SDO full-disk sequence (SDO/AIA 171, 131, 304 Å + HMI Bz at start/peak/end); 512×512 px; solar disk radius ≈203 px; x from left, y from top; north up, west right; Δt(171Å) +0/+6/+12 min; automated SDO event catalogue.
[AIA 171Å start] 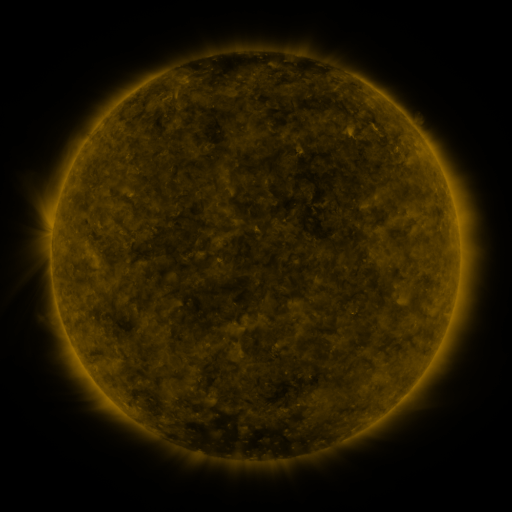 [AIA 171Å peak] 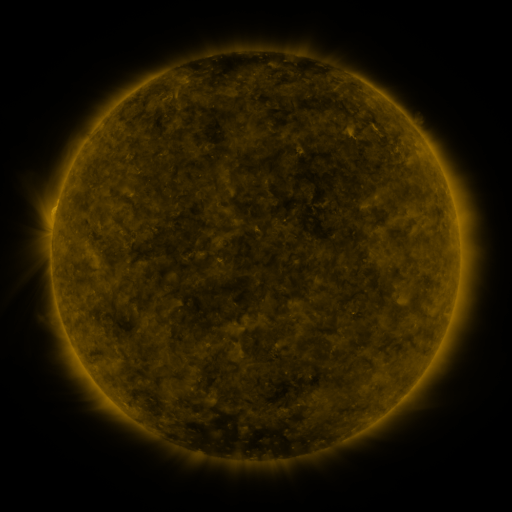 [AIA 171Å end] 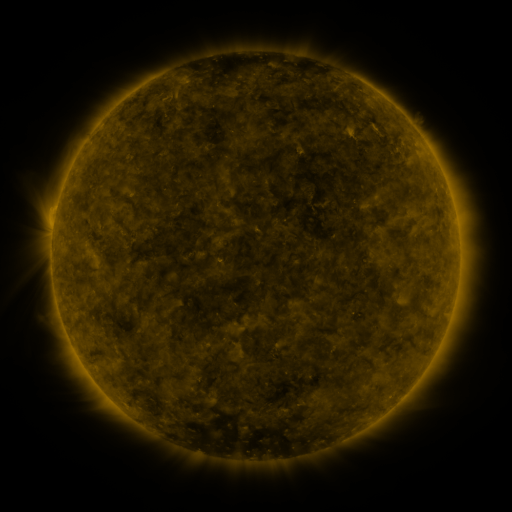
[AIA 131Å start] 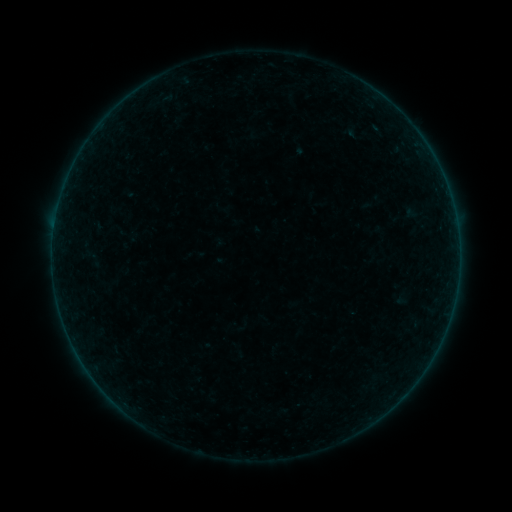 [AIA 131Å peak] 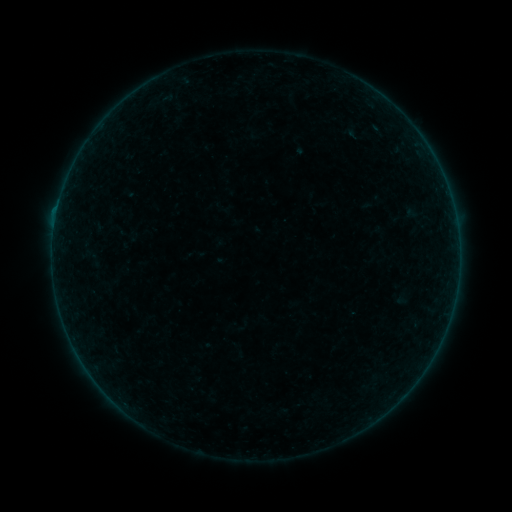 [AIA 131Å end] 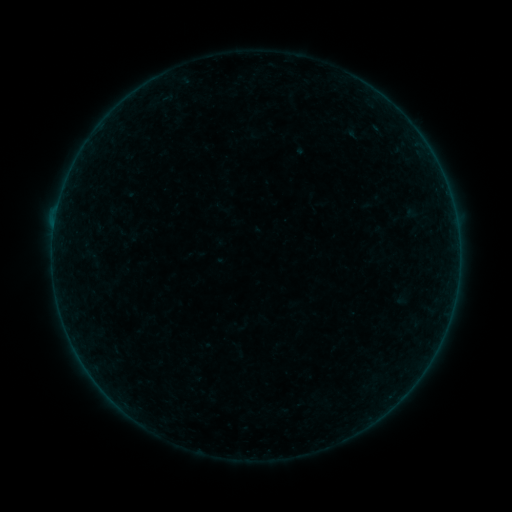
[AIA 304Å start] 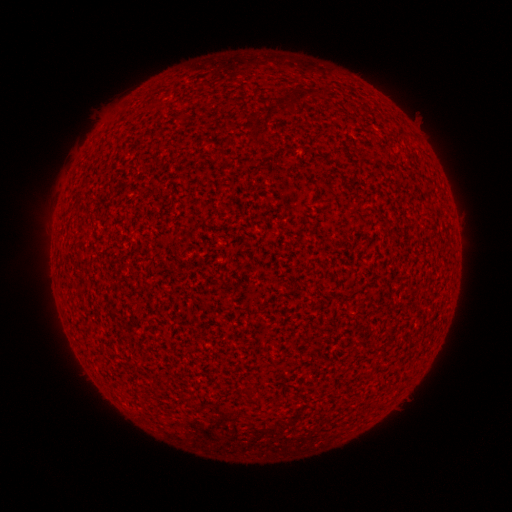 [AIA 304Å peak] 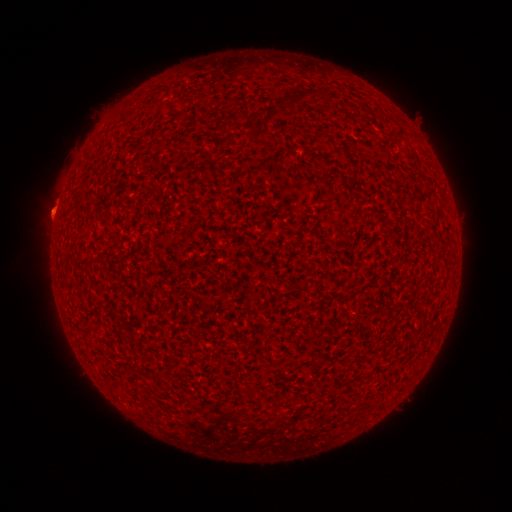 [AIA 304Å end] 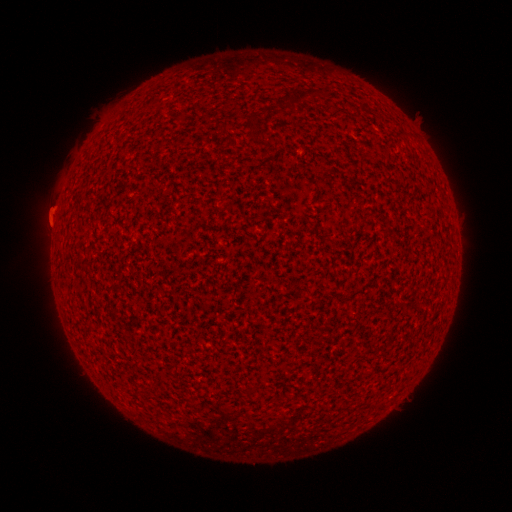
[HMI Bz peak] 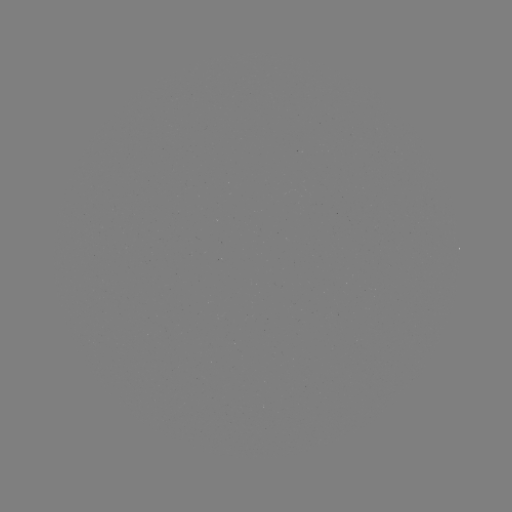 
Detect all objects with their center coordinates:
eruption: (55, 214)
